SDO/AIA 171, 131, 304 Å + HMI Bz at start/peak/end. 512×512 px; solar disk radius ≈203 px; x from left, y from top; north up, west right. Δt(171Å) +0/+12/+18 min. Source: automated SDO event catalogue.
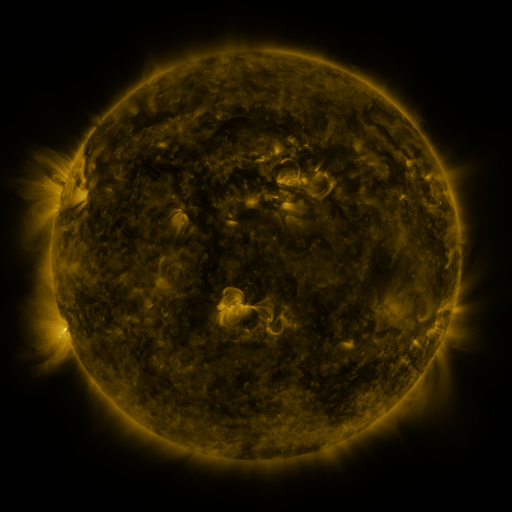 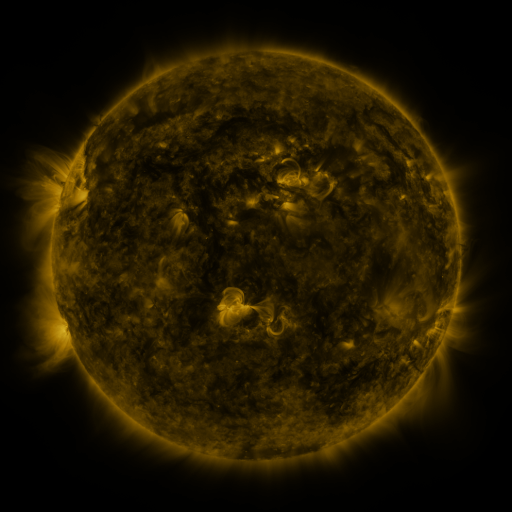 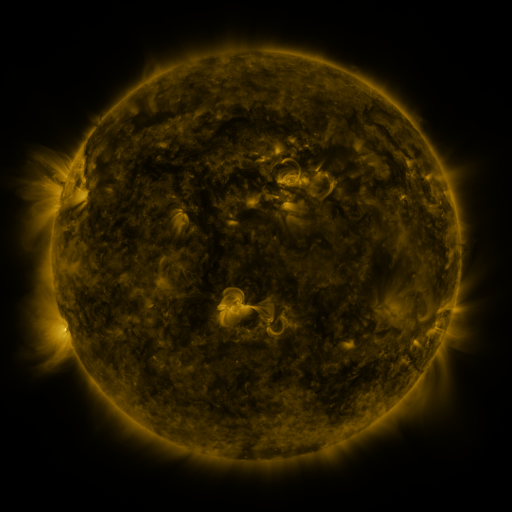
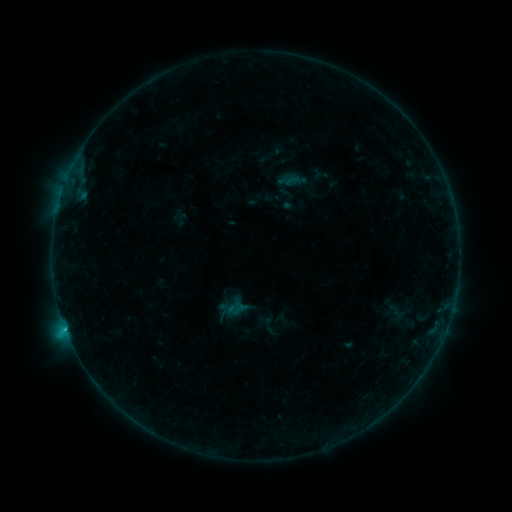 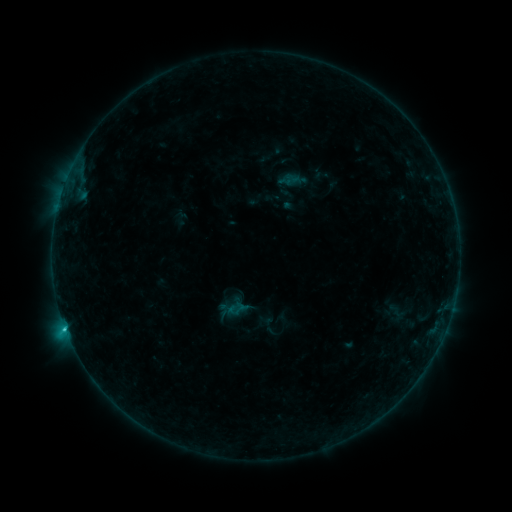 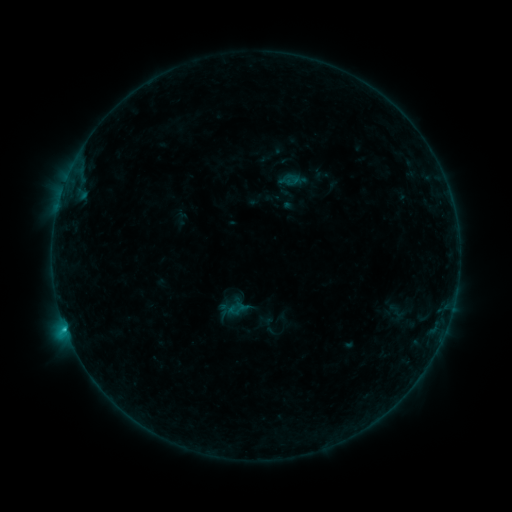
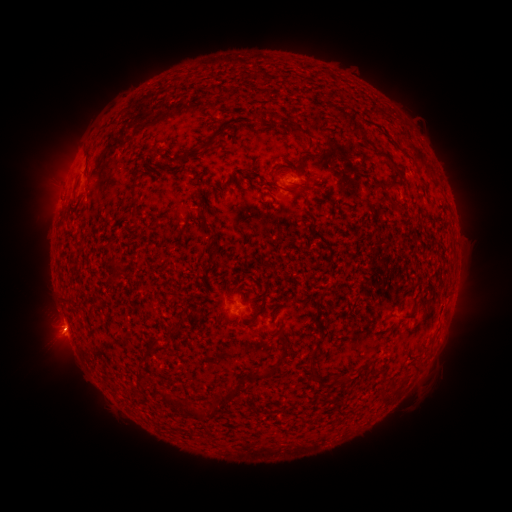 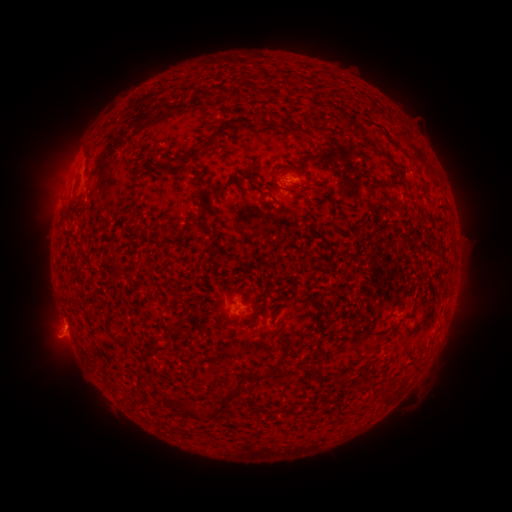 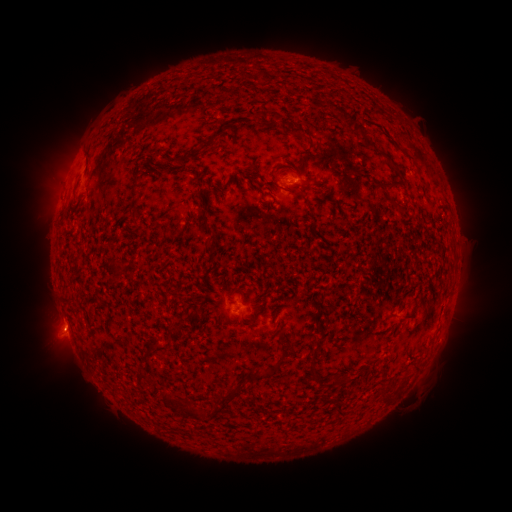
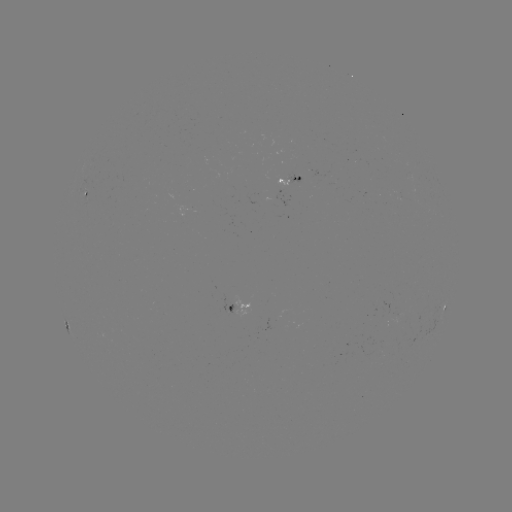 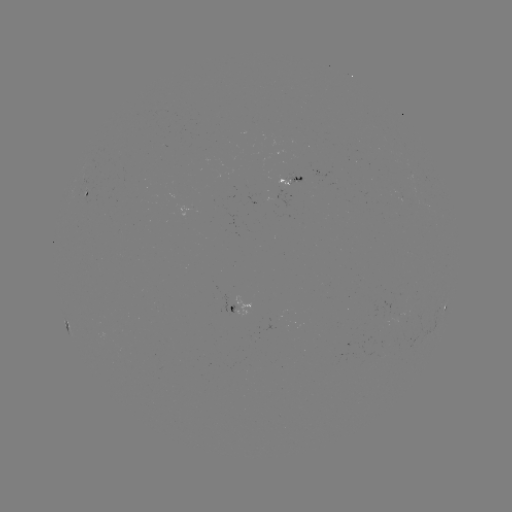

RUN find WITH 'C1.1 flare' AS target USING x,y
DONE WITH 66,328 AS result